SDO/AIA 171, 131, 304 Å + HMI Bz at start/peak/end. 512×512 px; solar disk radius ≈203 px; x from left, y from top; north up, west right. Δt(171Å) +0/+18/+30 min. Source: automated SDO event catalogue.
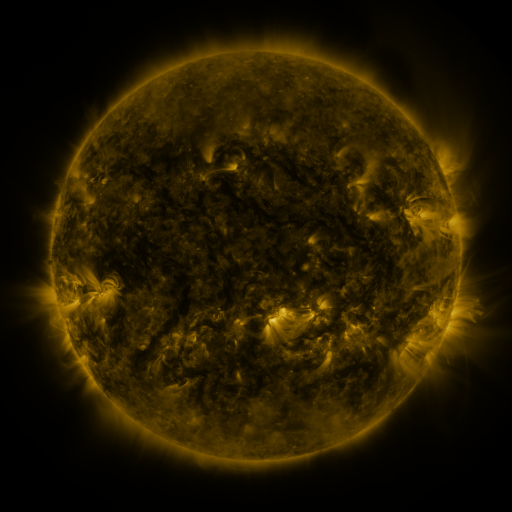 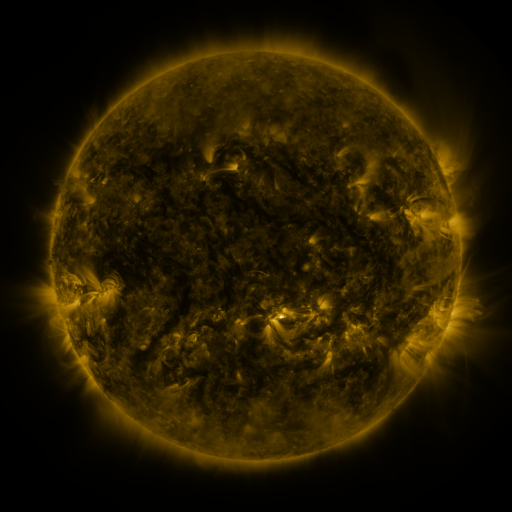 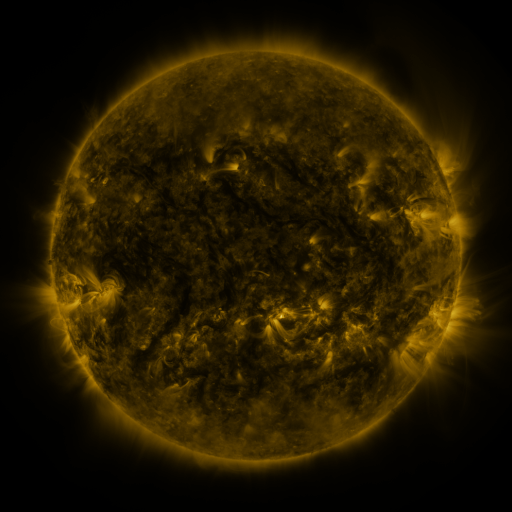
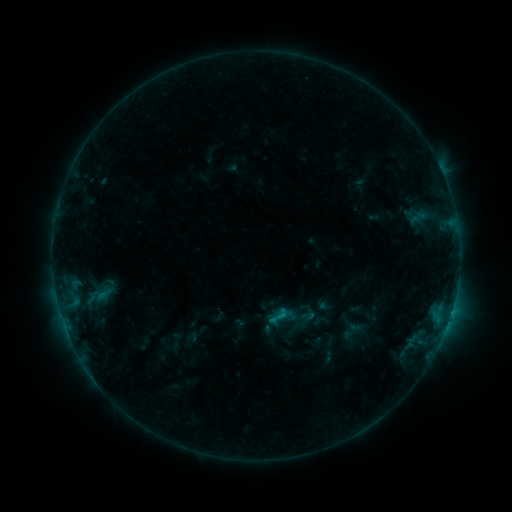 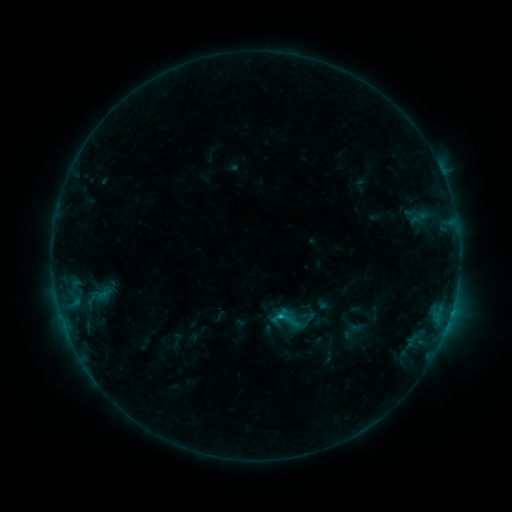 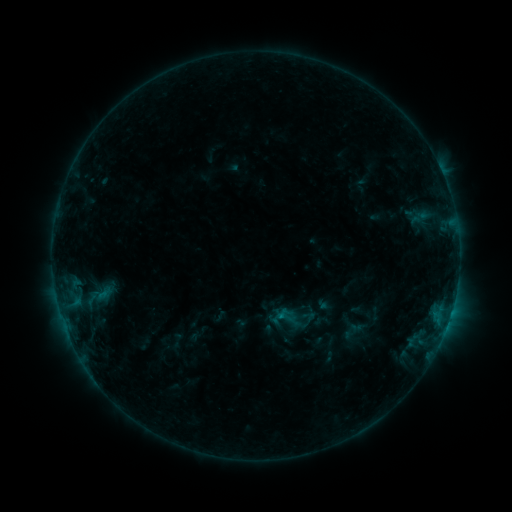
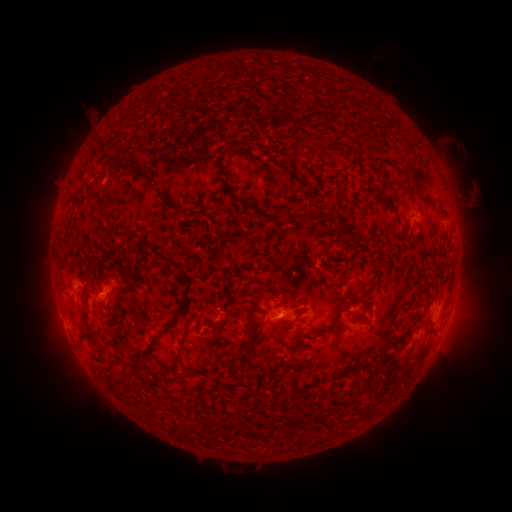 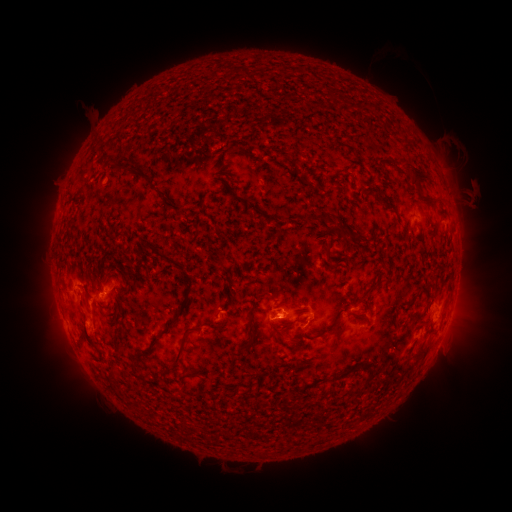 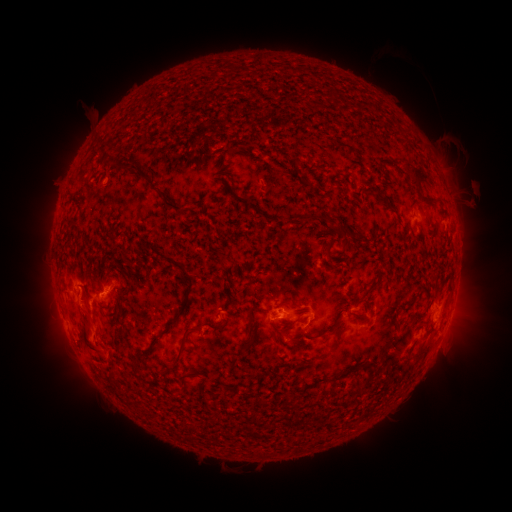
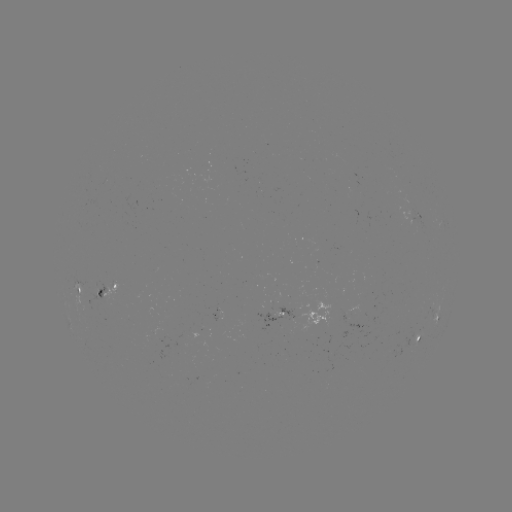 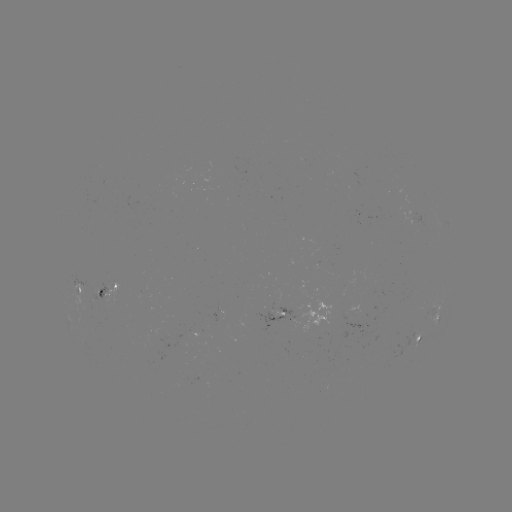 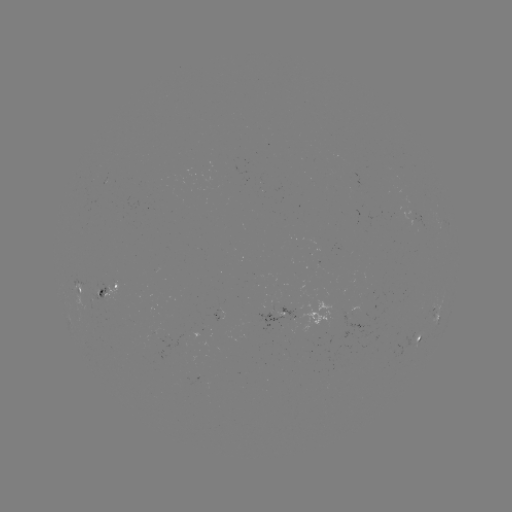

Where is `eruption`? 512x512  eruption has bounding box [65, 284, 116, 367].